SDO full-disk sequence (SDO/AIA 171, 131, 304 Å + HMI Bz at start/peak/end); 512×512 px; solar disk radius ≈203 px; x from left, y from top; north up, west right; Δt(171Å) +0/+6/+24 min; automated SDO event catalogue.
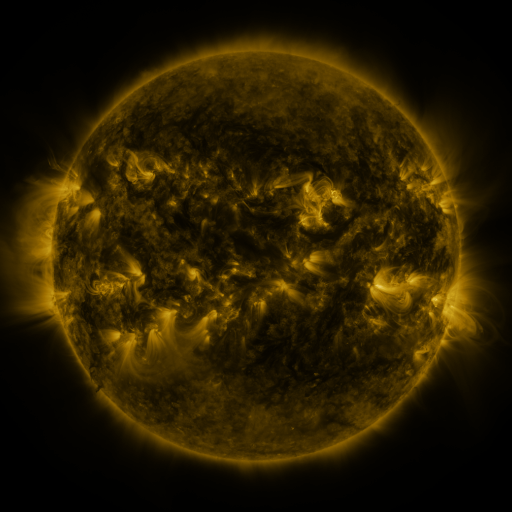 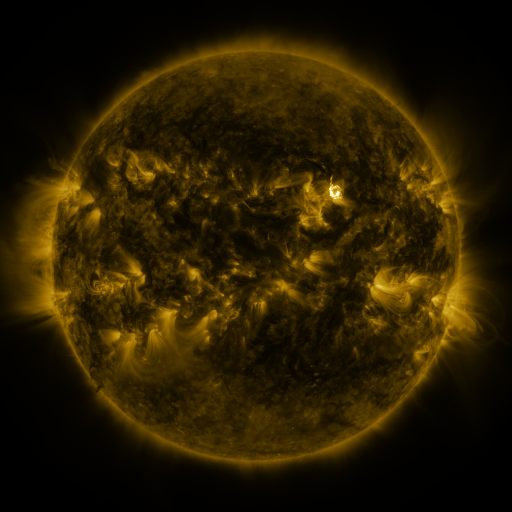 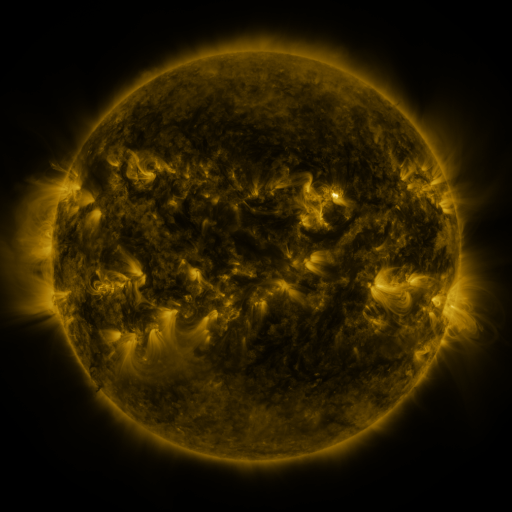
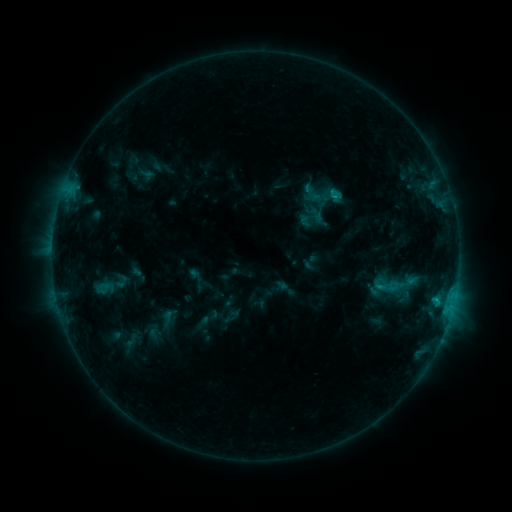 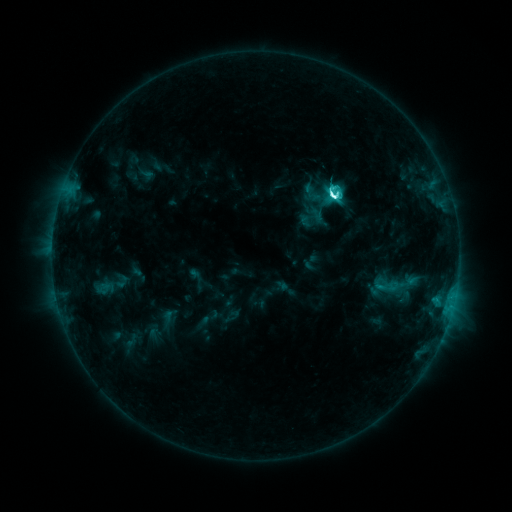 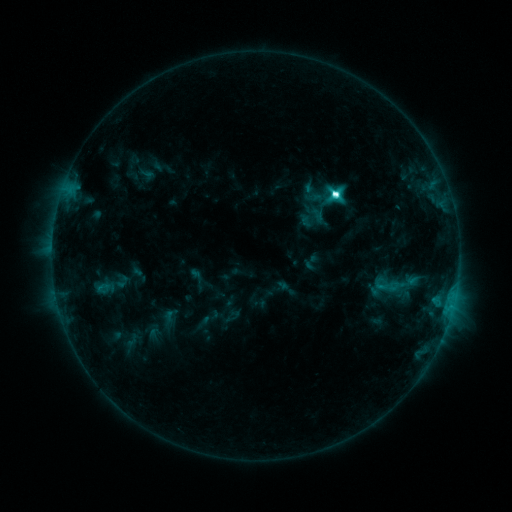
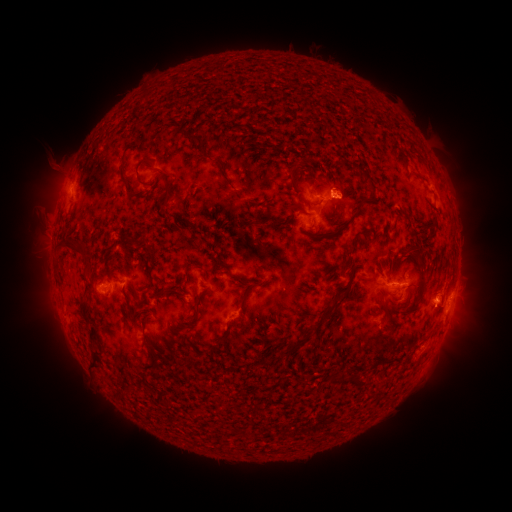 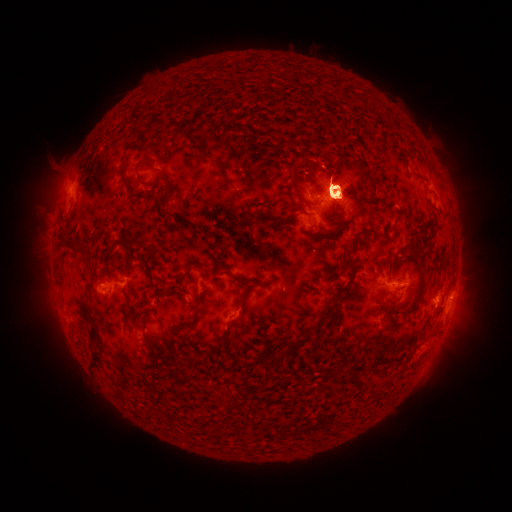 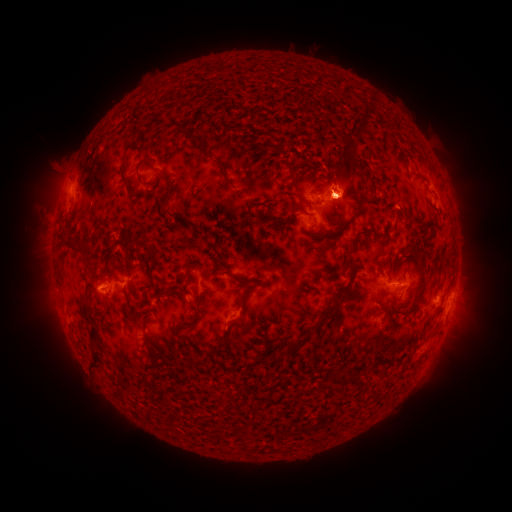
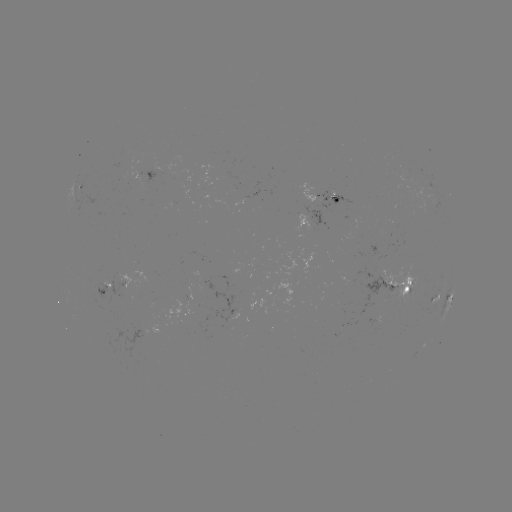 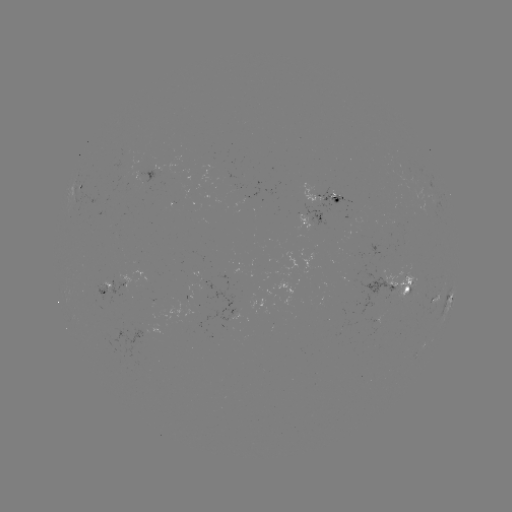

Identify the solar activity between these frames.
M2.6 flare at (331, 199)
